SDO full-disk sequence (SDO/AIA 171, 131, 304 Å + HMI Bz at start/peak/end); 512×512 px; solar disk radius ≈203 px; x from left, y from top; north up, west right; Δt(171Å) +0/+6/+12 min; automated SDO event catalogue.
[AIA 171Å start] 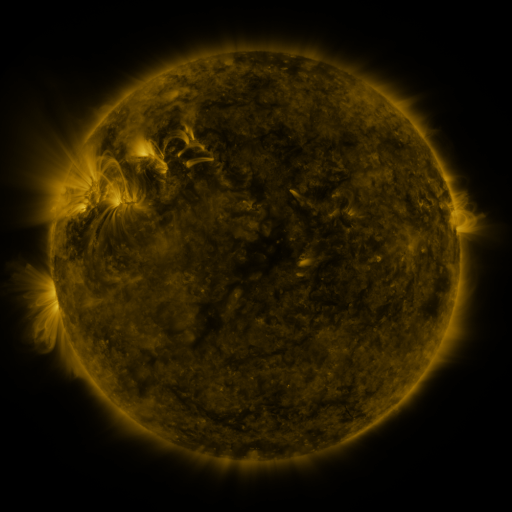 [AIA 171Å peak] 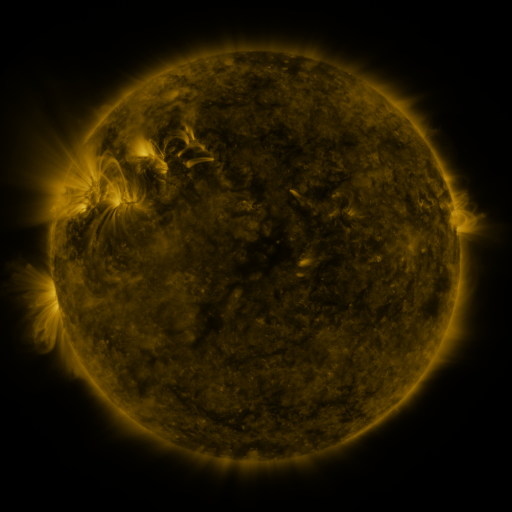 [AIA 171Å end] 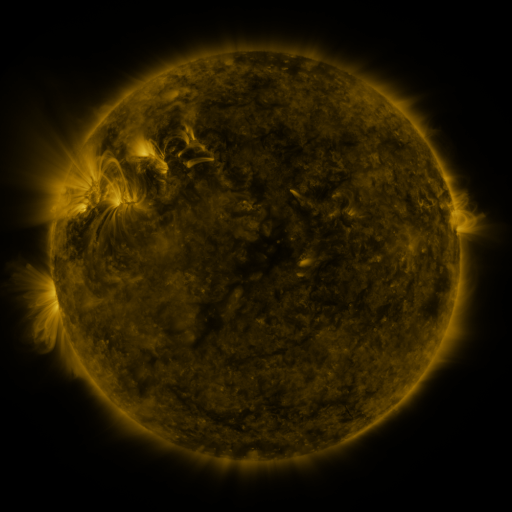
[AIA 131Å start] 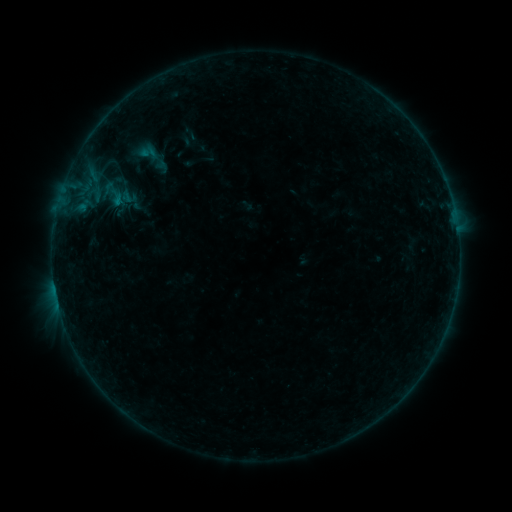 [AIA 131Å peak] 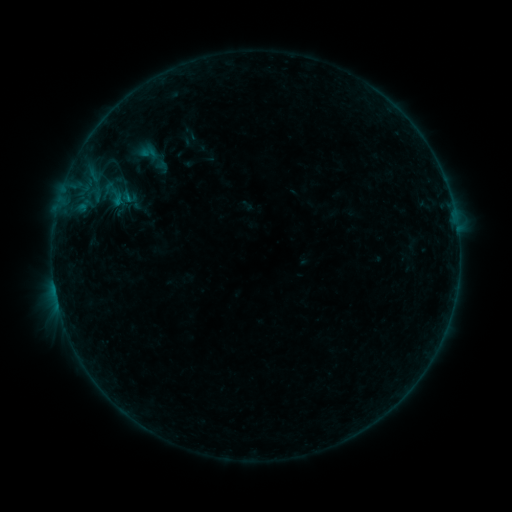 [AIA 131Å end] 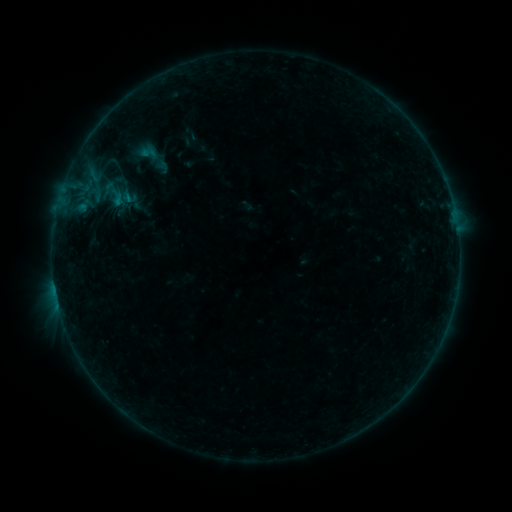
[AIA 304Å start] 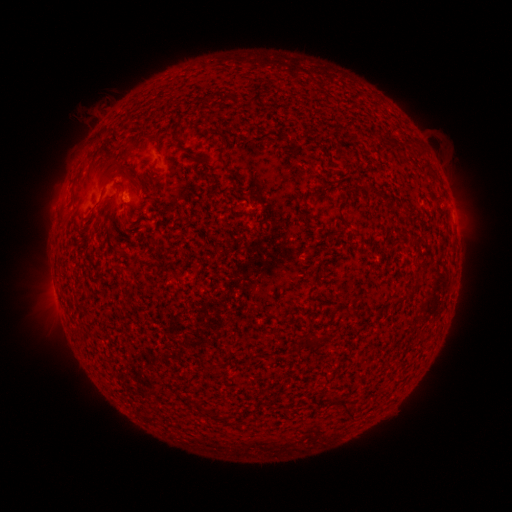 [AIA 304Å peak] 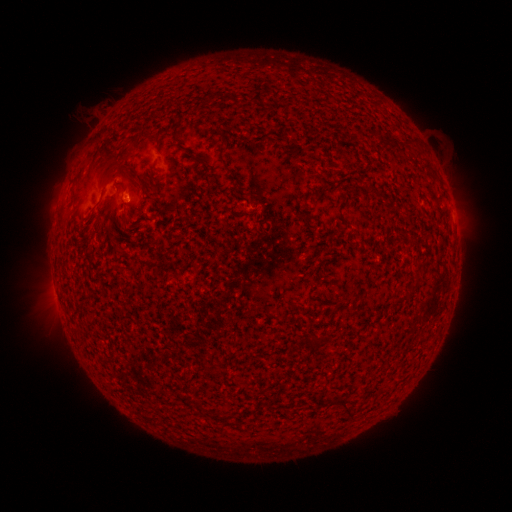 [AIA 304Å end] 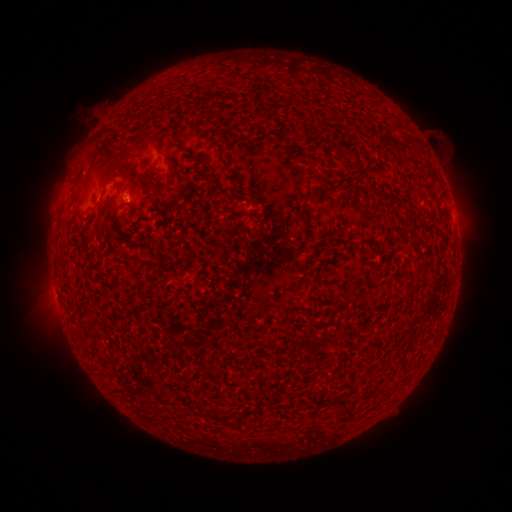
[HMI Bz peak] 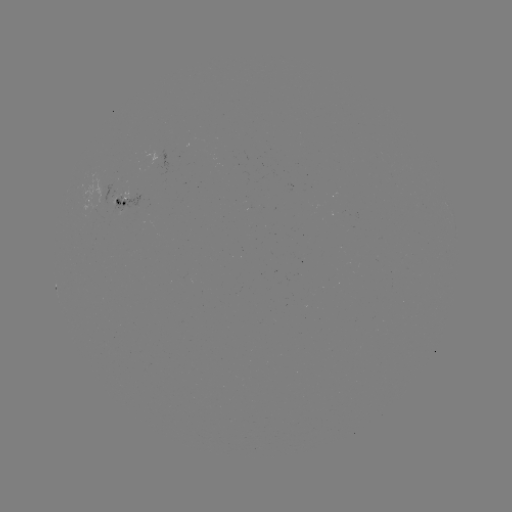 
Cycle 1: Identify B2.4 flare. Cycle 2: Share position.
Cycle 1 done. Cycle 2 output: (130, 200).